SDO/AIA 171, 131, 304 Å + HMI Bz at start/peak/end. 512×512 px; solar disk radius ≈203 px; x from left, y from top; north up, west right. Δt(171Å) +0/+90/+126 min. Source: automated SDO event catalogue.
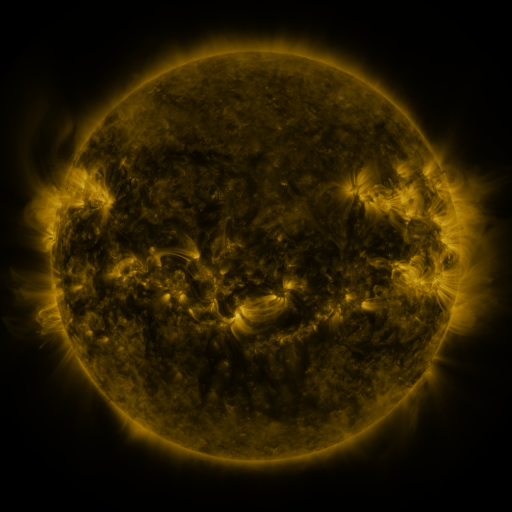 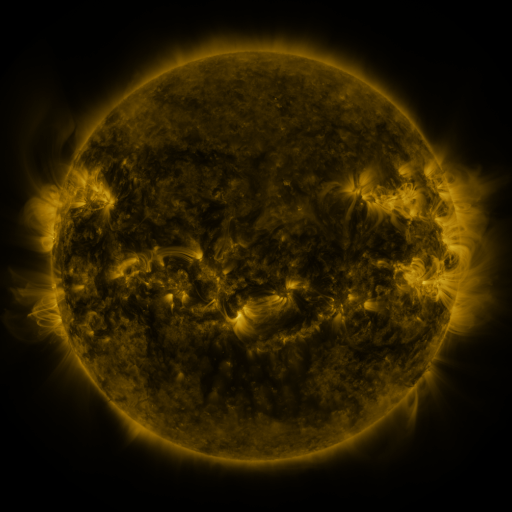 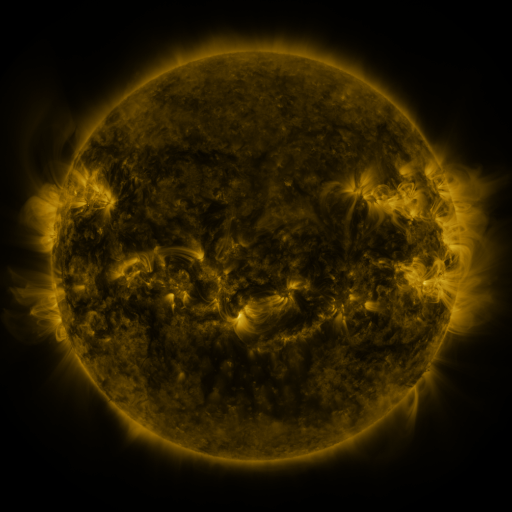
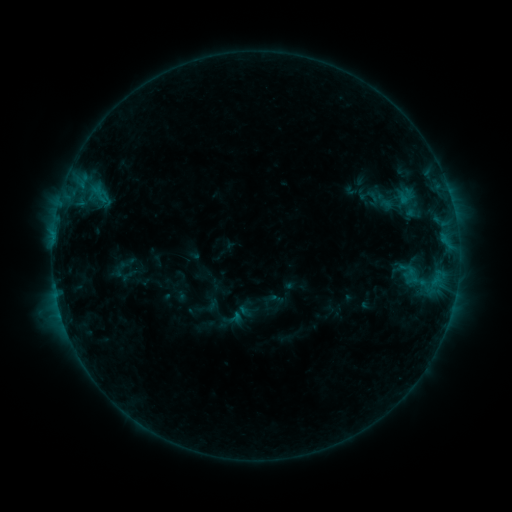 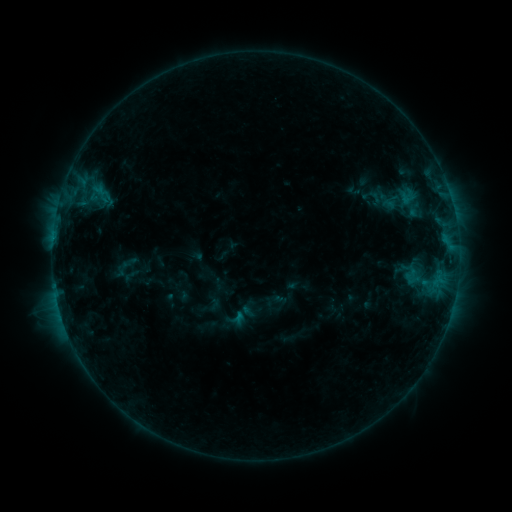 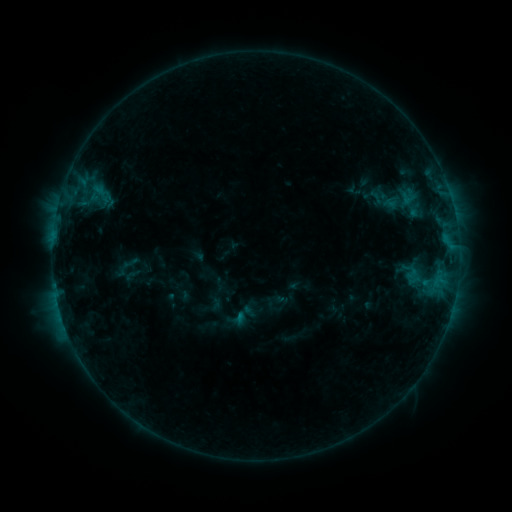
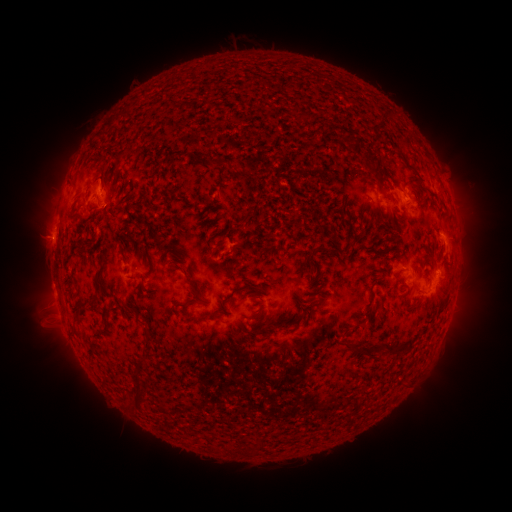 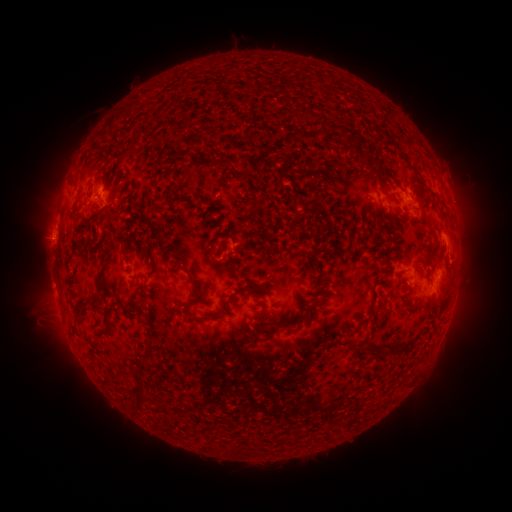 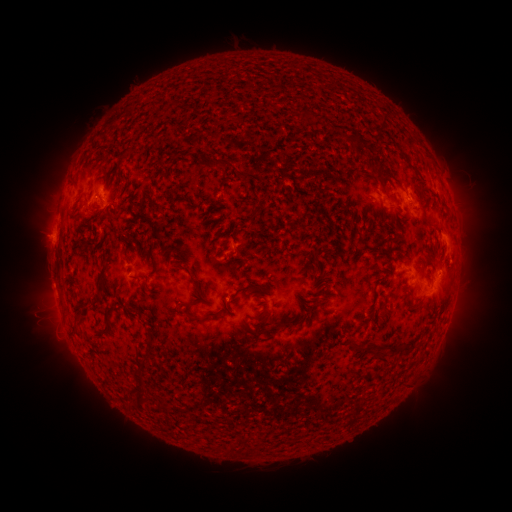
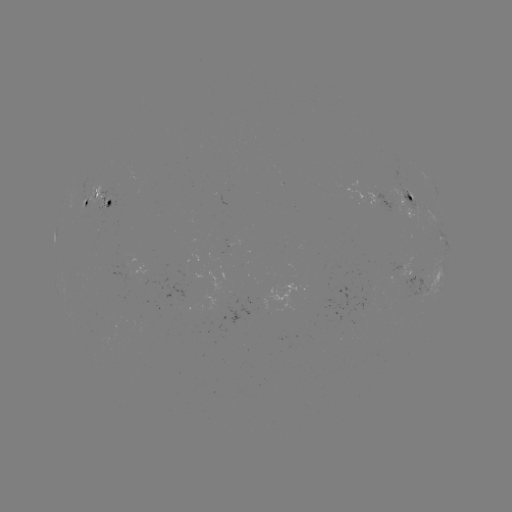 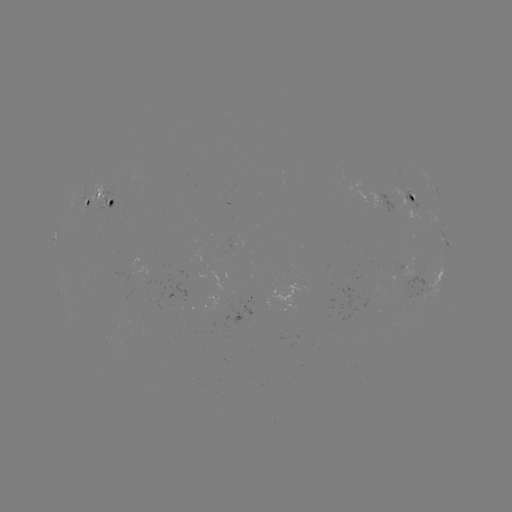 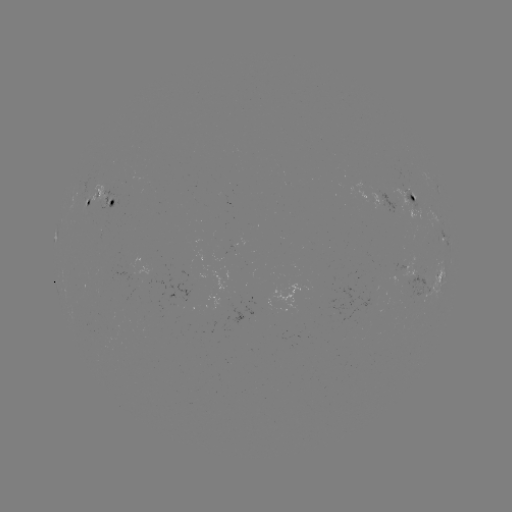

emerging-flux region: <bbox>179, 270, 189, 277</bbox>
